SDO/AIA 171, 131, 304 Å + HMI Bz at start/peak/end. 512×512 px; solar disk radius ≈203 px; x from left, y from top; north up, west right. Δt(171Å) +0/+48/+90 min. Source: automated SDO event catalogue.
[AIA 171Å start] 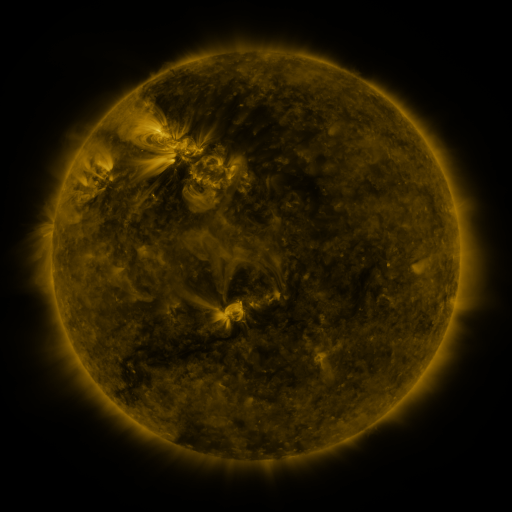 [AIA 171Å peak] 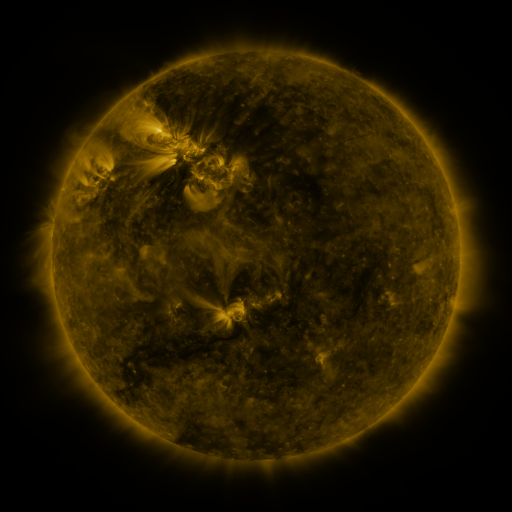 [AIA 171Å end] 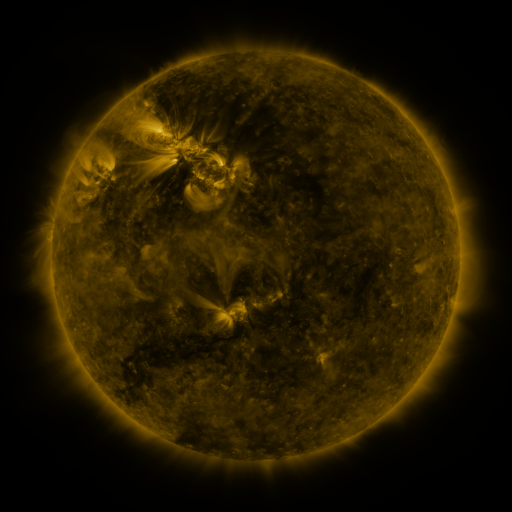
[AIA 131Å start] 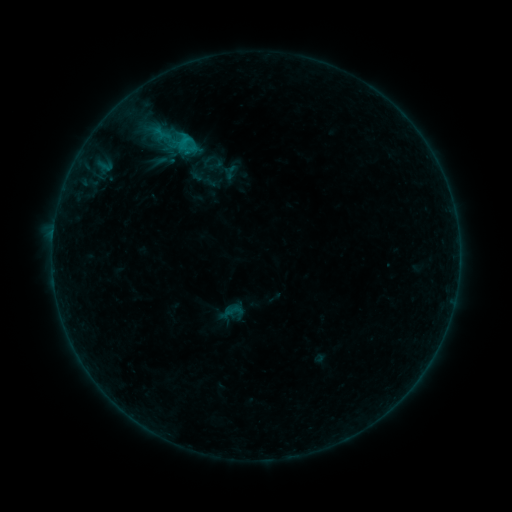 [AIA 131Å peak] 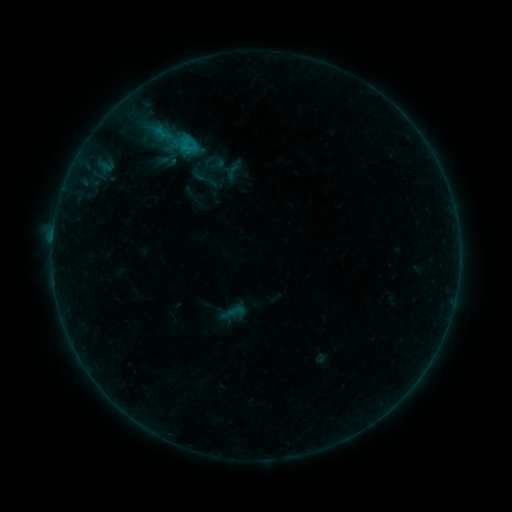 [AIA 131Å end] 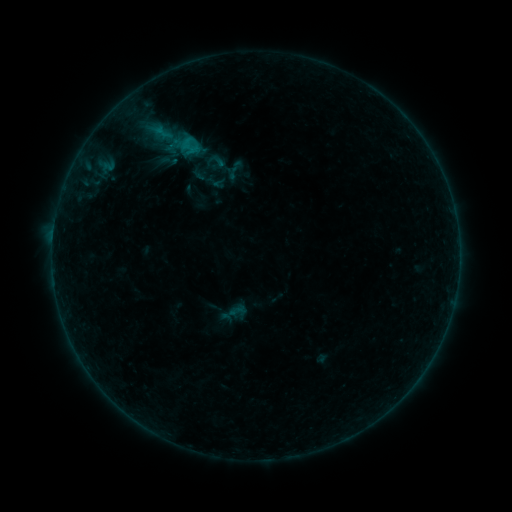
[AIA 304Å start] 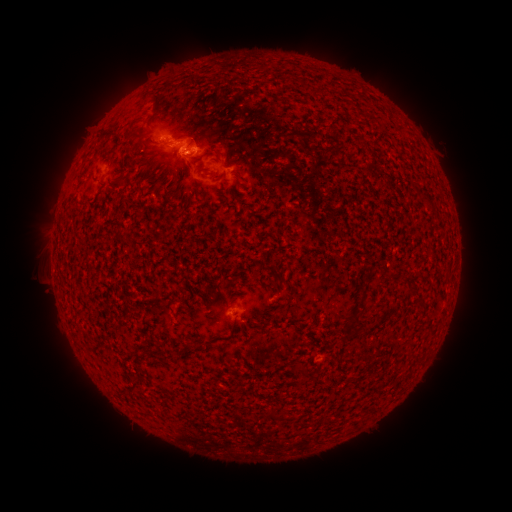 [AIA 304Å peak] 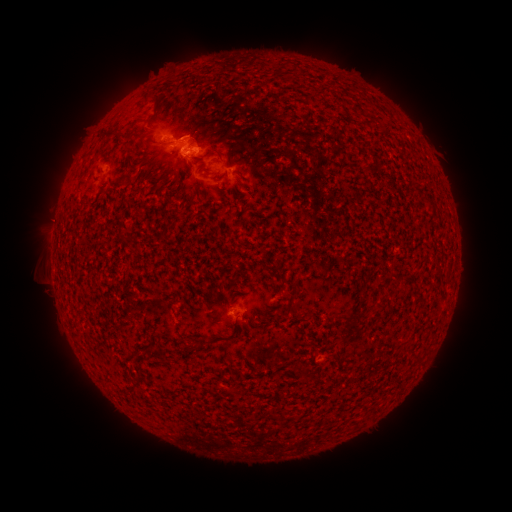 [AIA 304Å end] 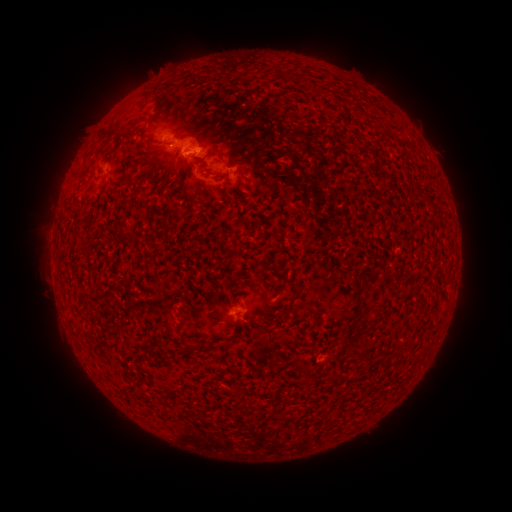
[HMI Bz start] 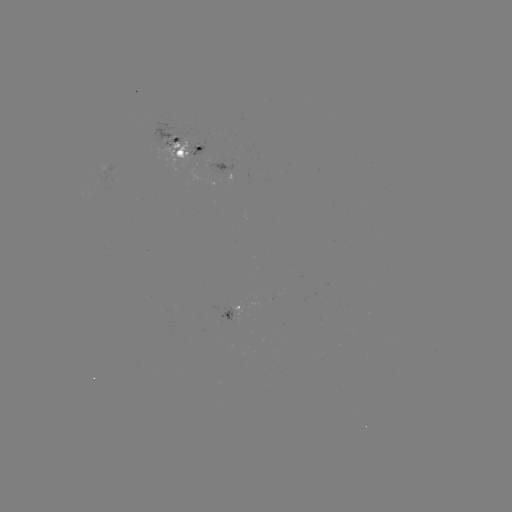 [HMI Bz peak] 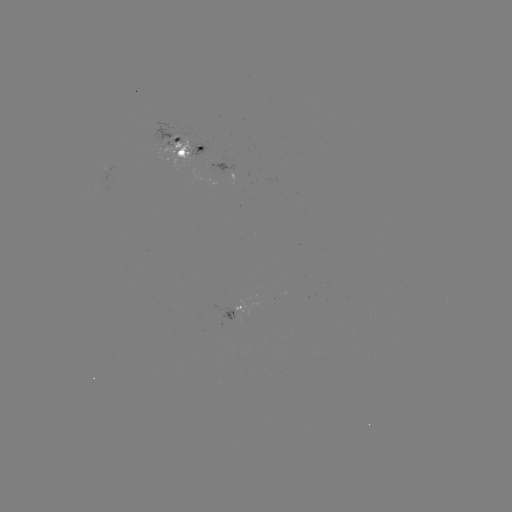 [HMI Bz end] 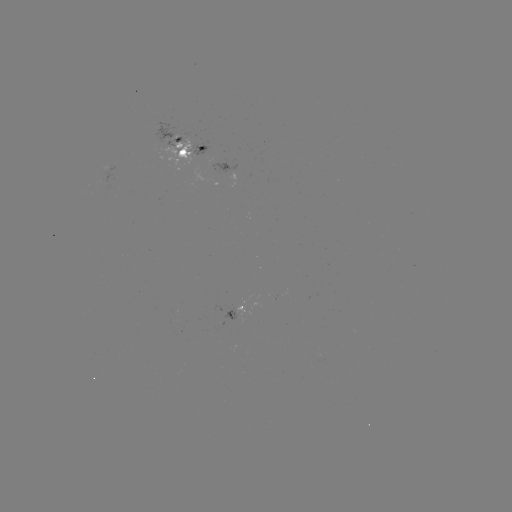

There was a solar emerging-flux region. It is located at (236, 310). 